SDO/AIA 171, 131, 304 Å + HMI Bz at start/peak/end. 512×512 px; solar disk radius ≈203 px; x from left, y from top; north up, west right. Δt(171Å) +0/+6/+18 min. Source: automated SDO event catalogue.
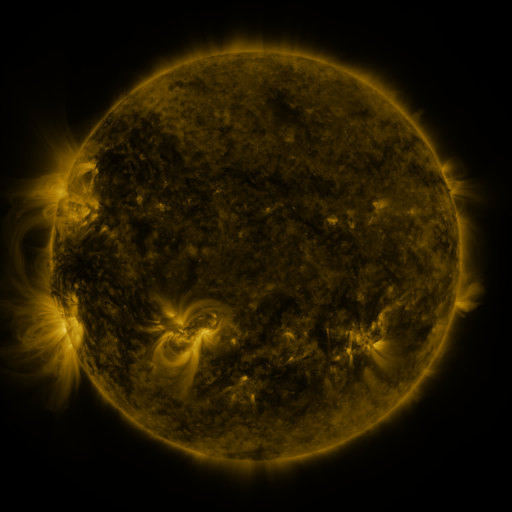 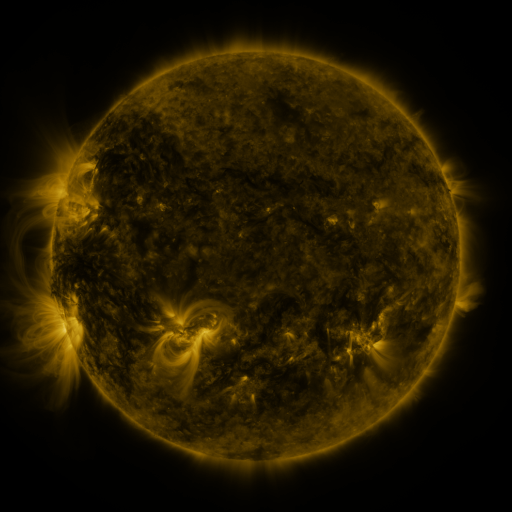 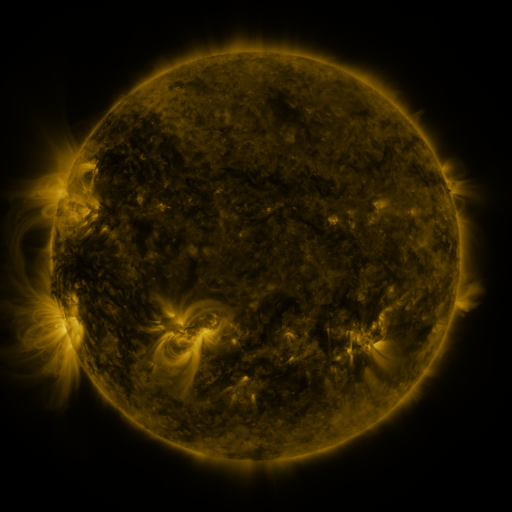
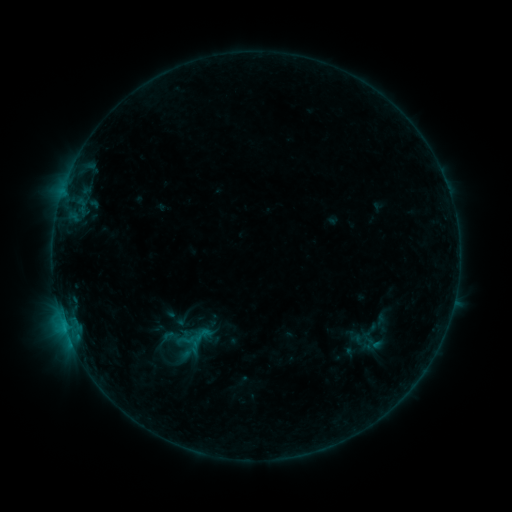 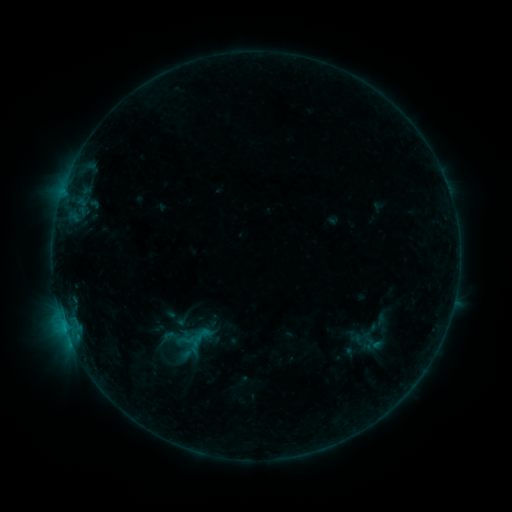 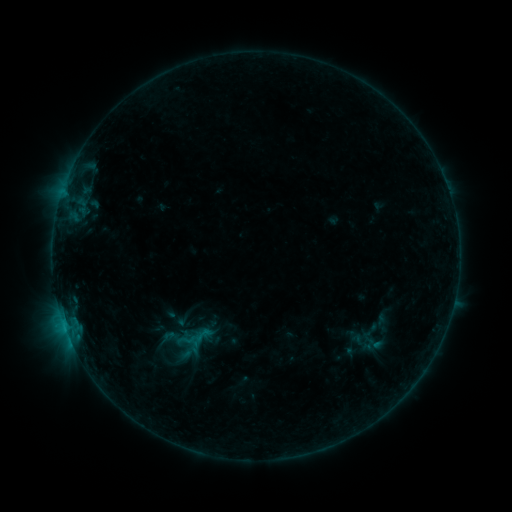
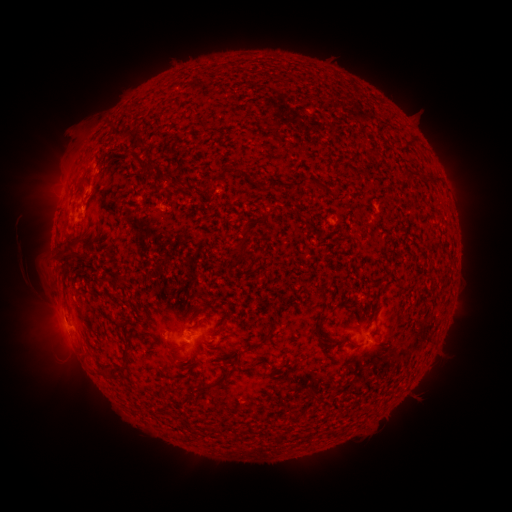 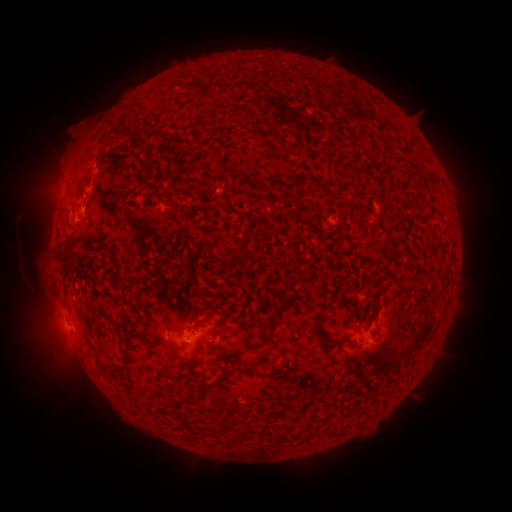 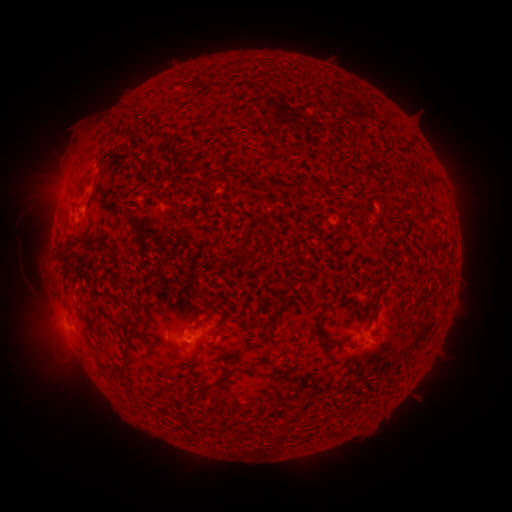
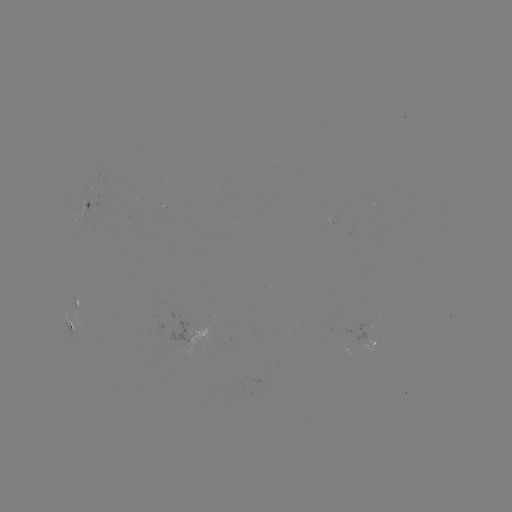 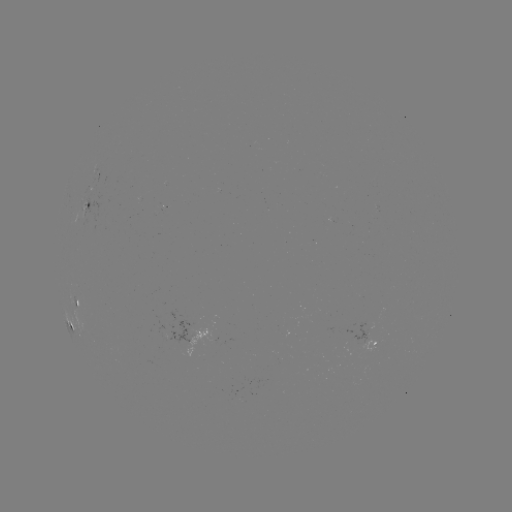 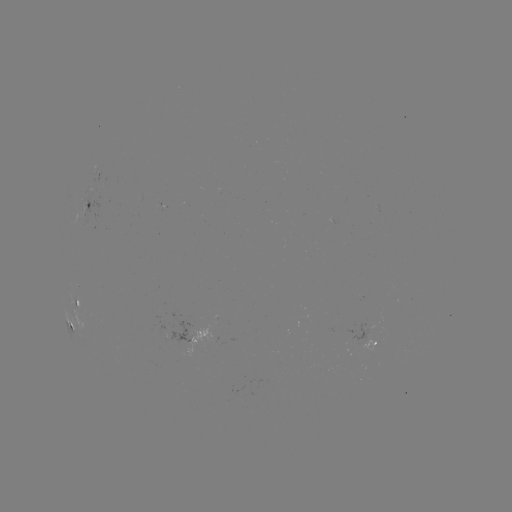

no catalogued flare and no flagged EUV brightening in this window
